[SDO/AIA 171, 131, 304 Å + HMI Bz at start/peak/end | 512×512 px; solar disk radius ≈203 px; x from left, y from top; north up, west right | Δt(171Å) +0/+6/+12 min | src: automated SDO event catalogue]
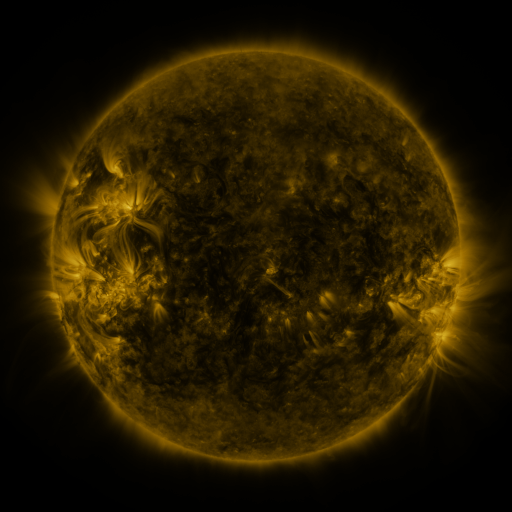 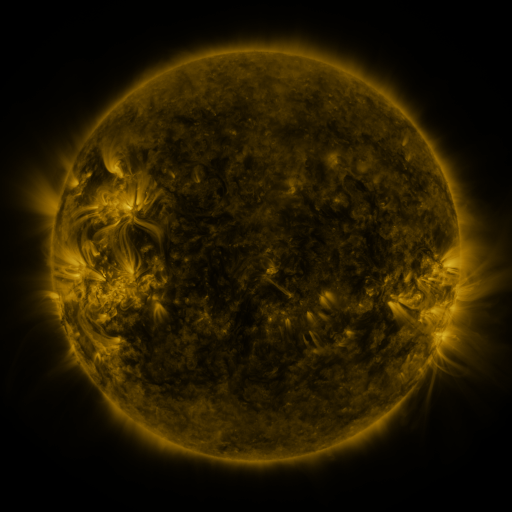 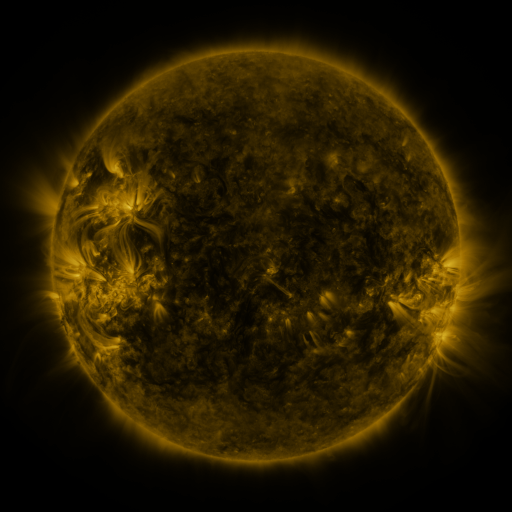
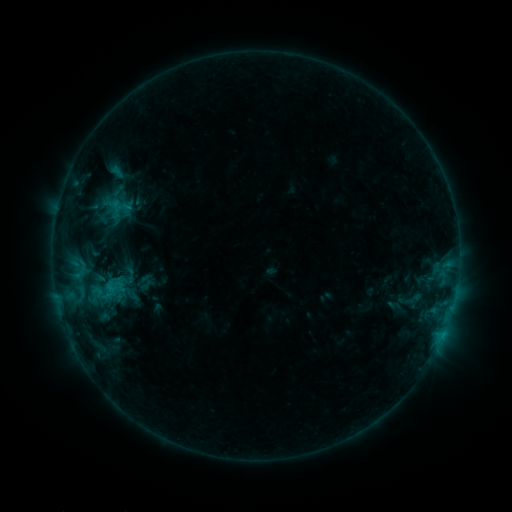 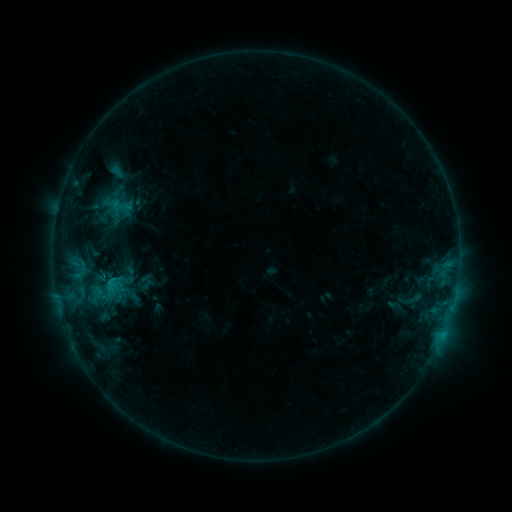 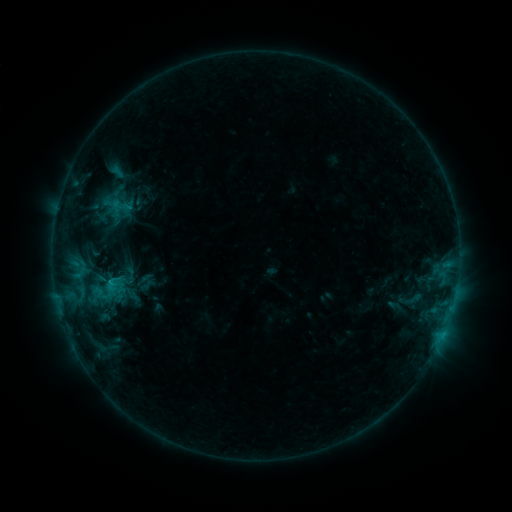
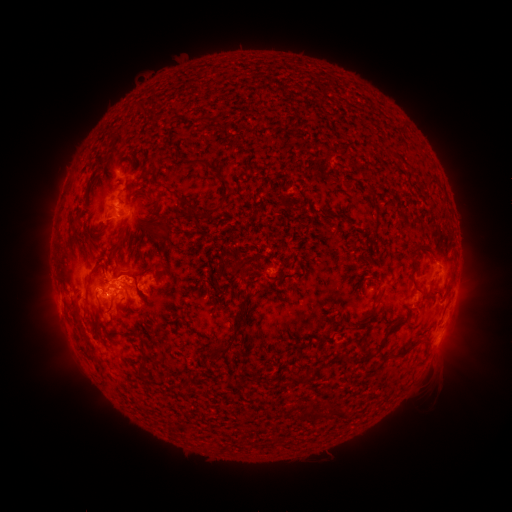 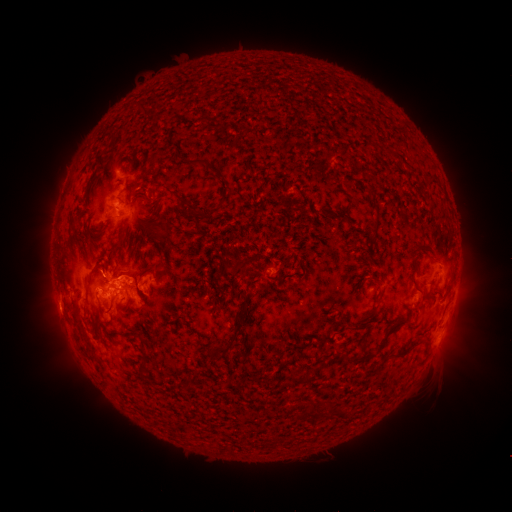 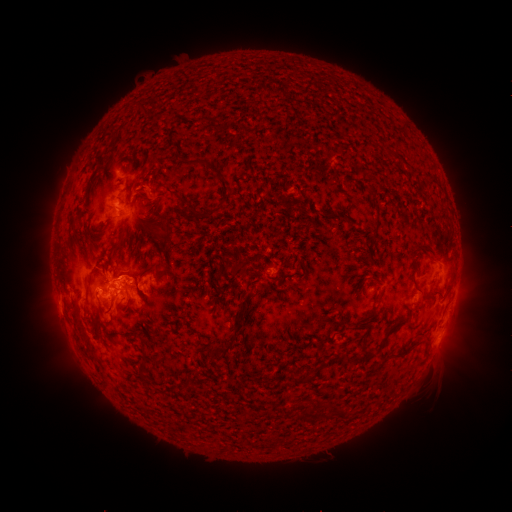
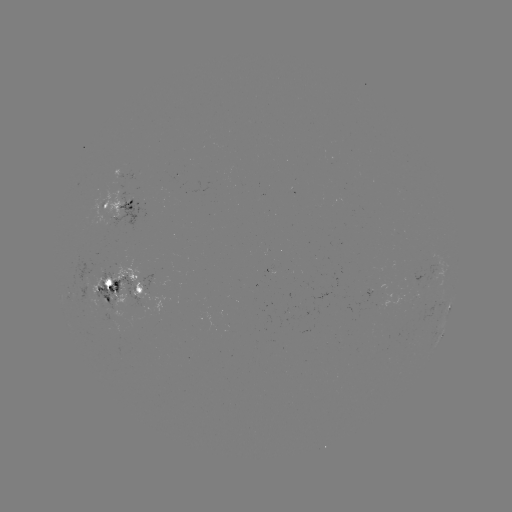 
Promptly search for eruption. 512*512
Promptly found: [54, 312].